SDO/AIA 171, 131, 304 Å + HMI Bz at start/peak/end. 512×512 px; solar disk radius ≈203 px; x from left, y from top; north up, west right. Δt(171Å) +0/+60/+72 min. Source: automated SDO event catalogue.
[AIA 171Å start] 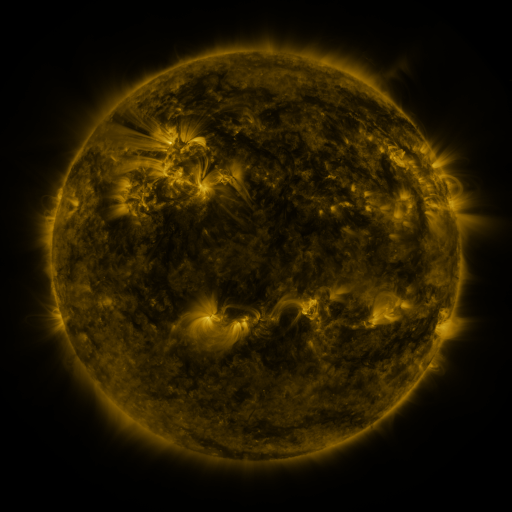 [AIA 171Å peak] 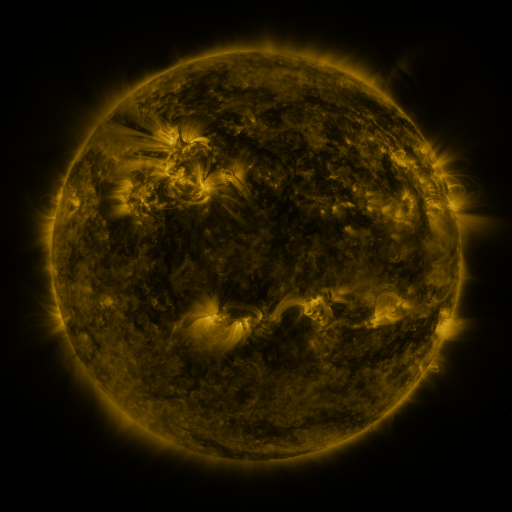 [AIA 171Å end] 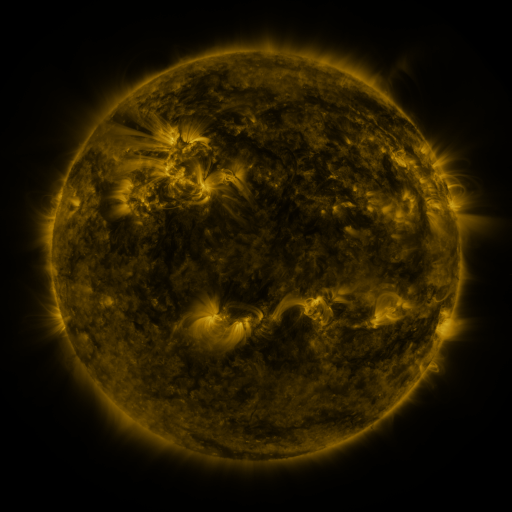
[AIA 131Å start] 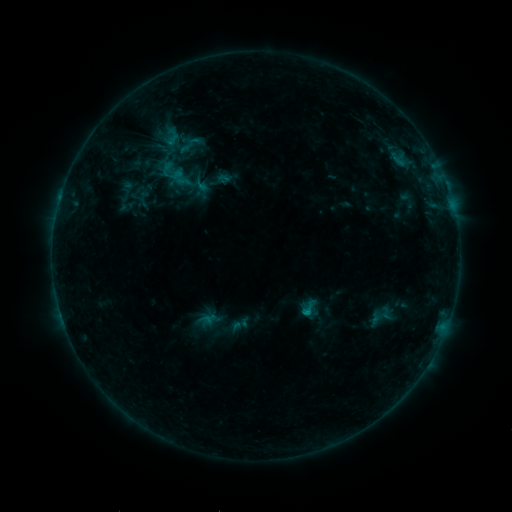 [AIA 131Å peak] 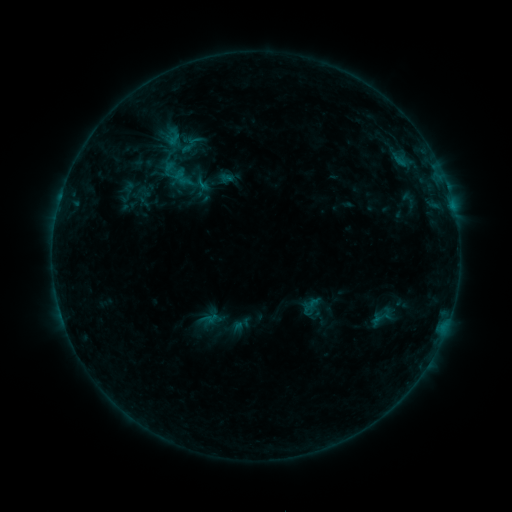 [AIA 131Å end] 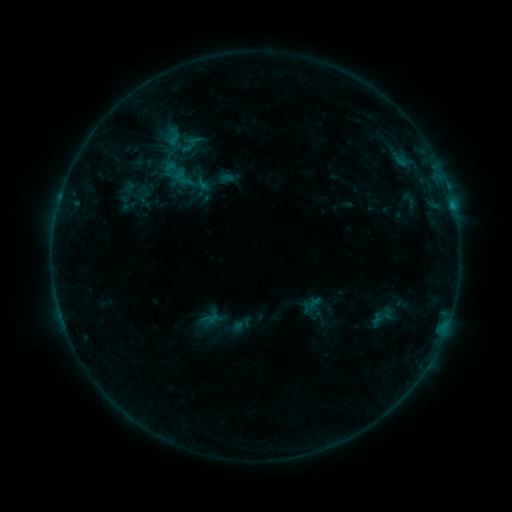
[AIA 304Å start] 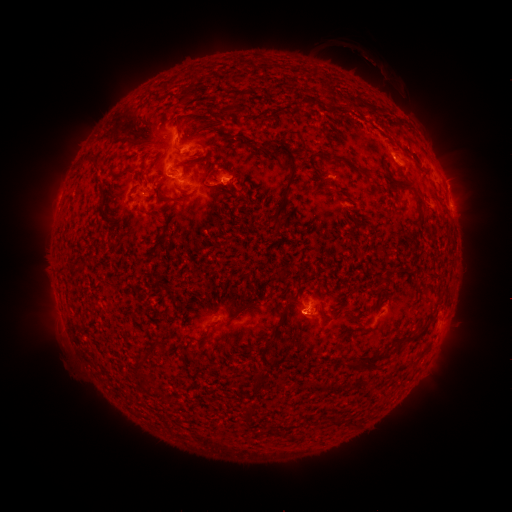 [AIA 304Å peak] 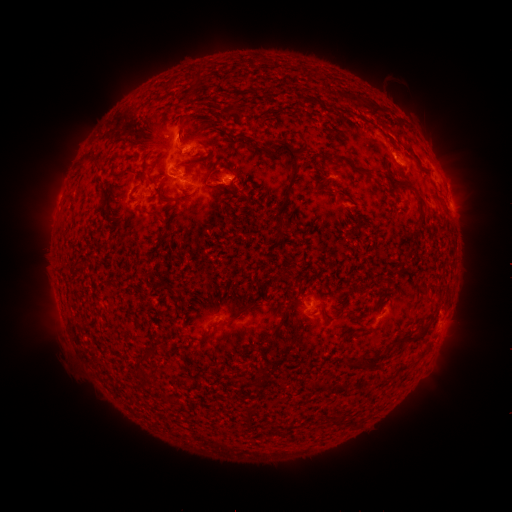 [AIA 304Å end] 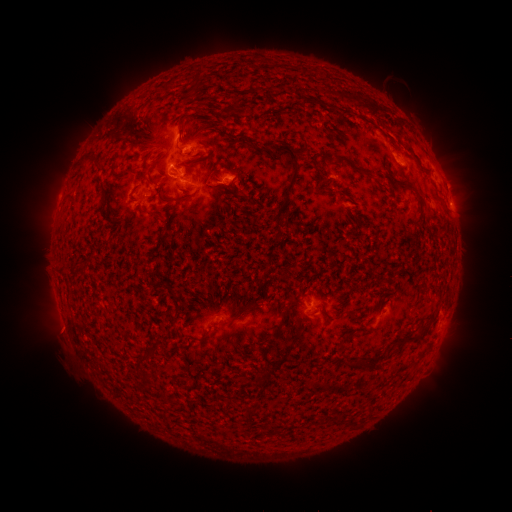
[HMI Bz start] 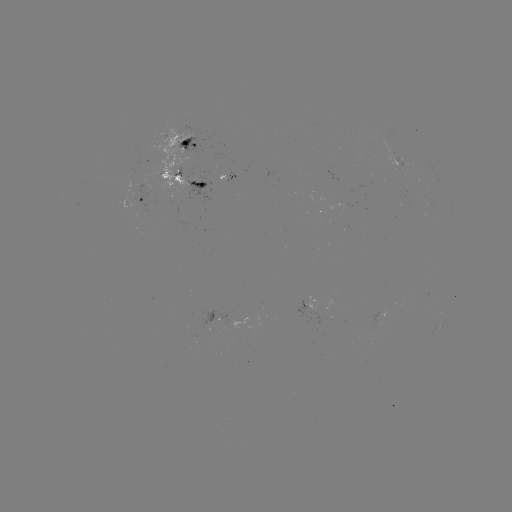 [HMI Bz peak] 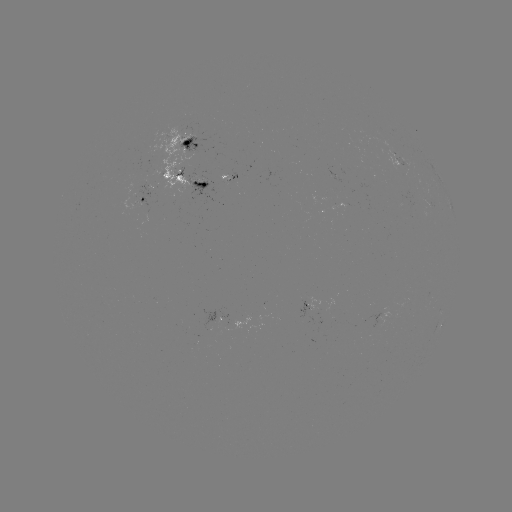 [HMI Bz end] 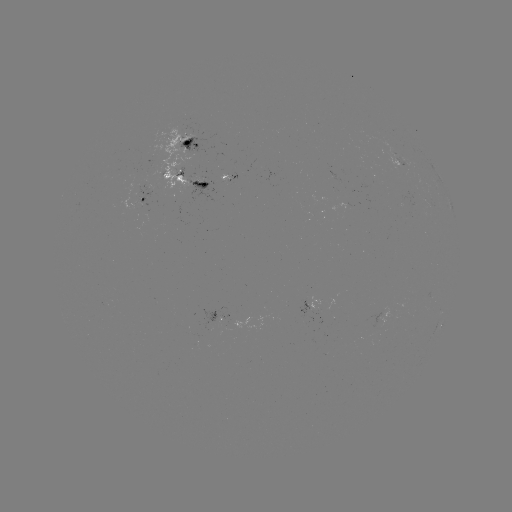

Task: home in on emerging-flux region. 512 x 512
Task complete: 226,180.